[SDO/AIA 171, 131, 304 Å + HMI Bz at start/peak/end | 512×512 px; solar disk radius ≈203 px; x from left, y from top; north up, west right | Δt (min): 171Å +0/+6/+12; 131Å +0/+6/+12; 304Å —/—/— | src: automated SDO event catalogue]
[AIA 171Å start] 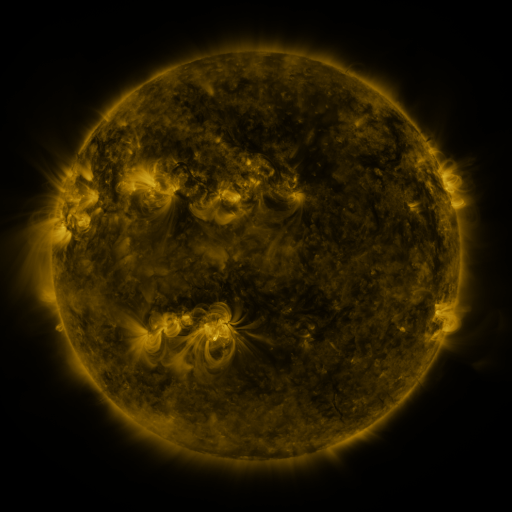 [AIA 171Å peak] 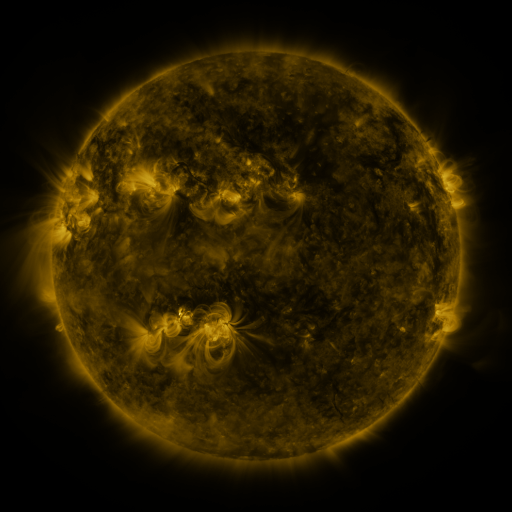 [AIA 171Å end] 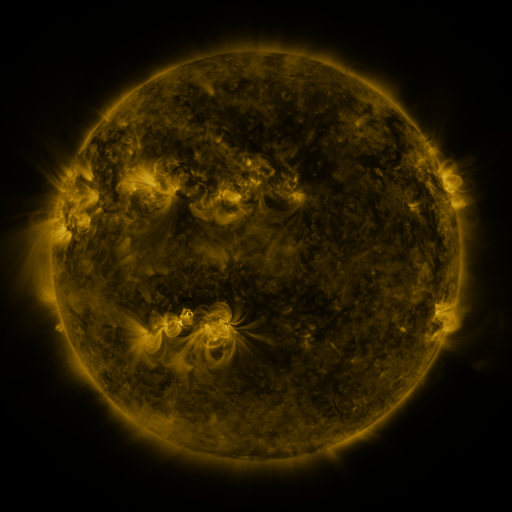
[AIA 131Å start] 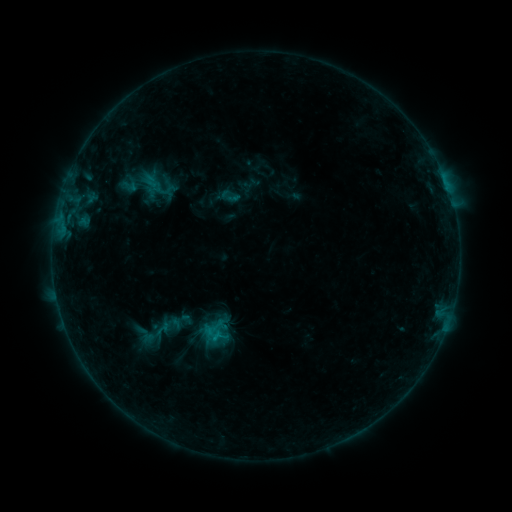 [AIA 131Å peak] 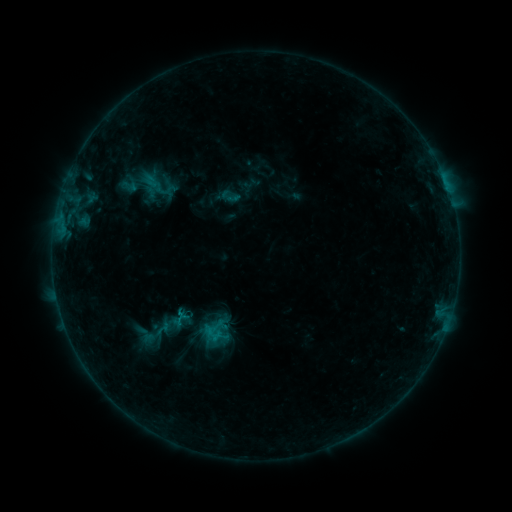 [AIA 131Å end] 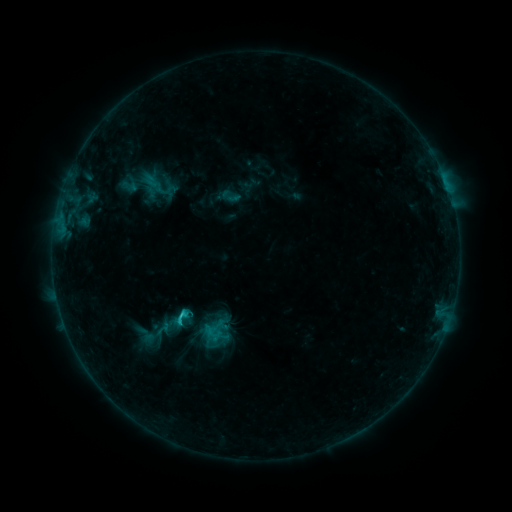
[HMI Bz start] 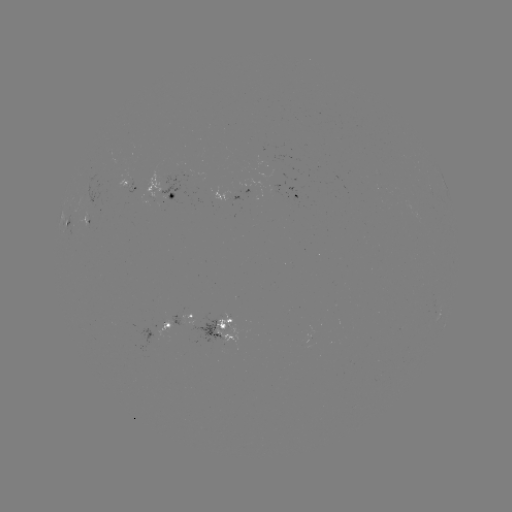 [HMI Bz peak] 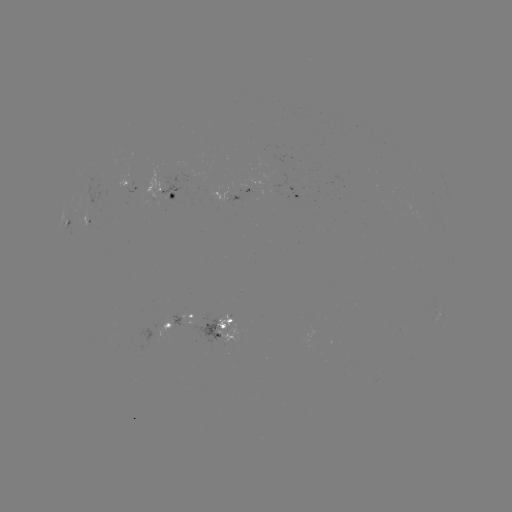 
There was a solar flare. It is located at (217, 343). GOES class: C1.4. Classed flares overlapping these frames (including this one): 1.